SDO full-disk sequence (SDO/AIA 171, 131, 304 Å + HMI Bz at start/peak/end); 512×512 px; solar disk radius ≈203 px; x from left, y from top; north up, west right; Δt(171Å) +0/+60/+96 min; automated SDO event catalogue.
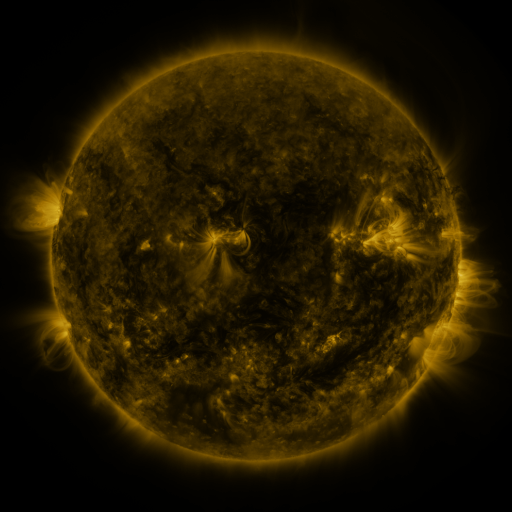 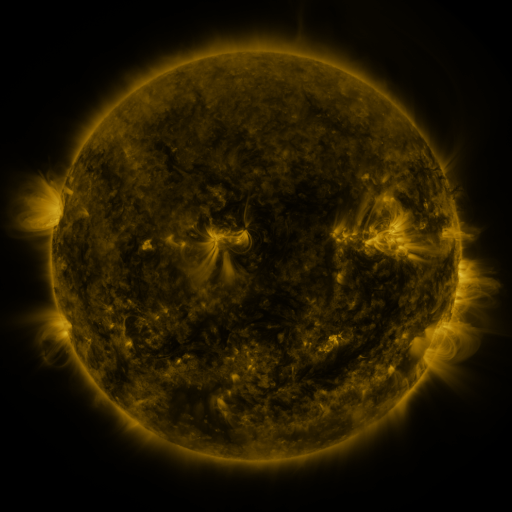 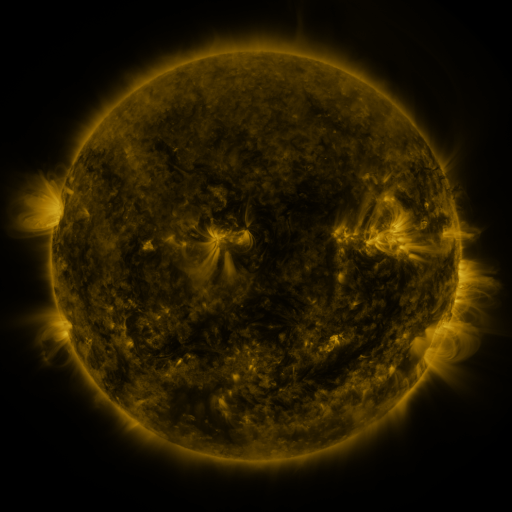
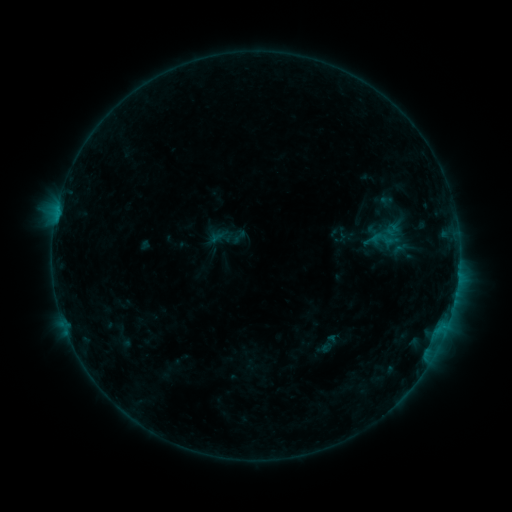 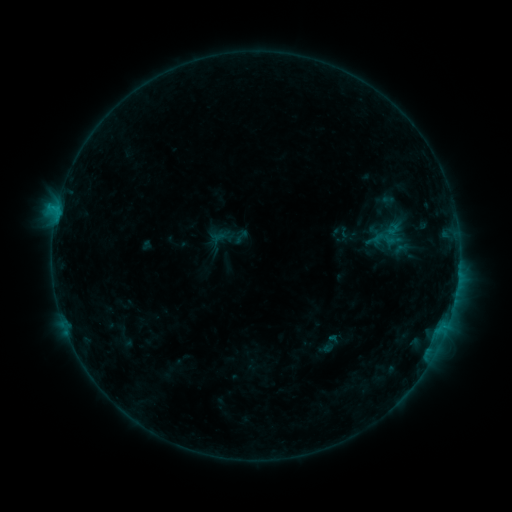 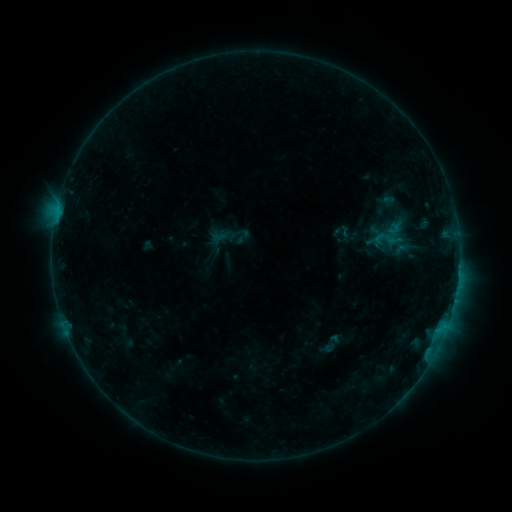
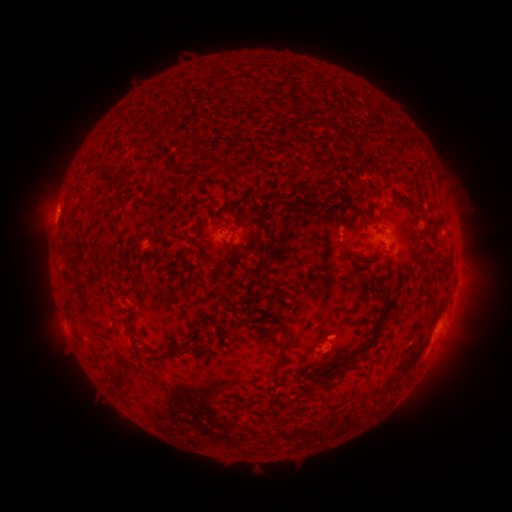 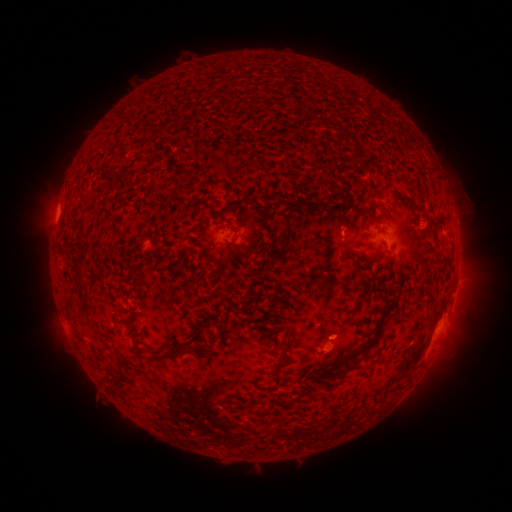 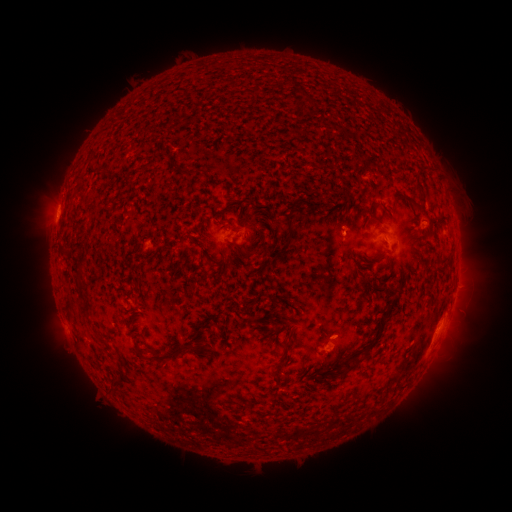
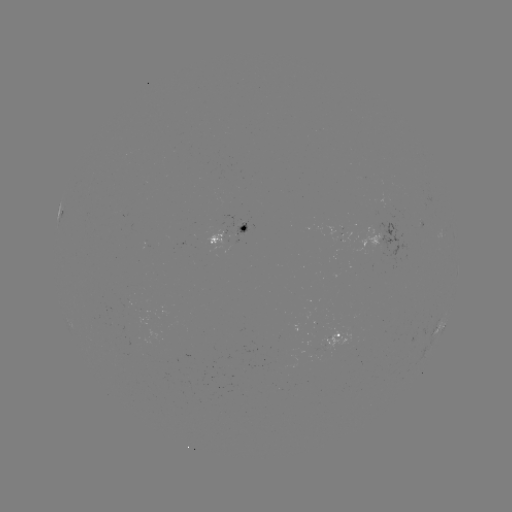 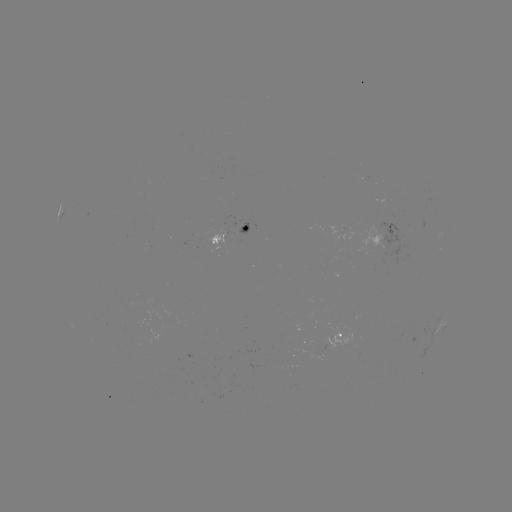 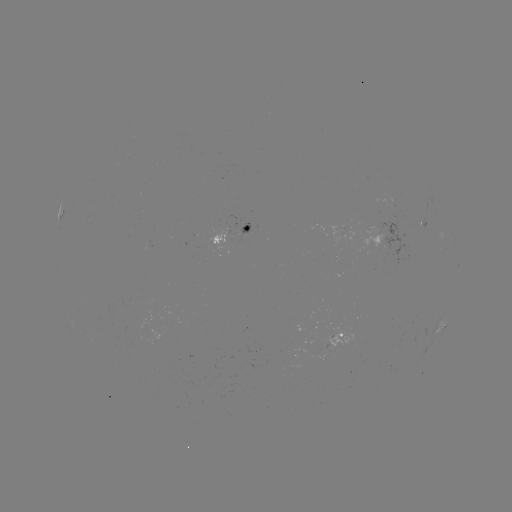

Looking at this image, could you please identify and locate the B7.8 flare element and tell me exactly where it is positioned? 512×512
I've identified B7.8 flare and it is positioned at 57,214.